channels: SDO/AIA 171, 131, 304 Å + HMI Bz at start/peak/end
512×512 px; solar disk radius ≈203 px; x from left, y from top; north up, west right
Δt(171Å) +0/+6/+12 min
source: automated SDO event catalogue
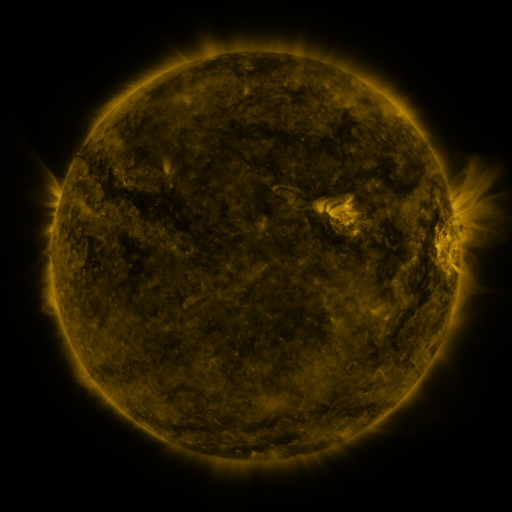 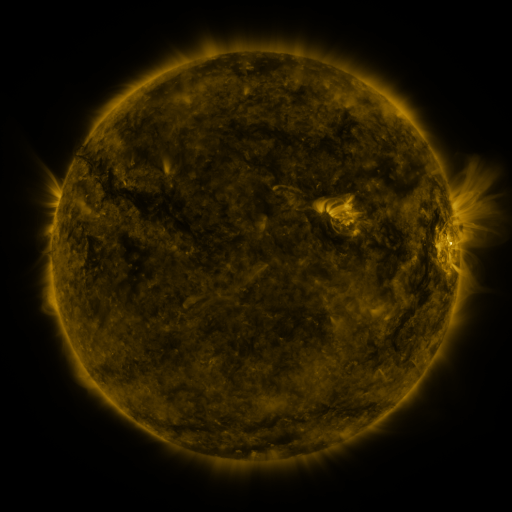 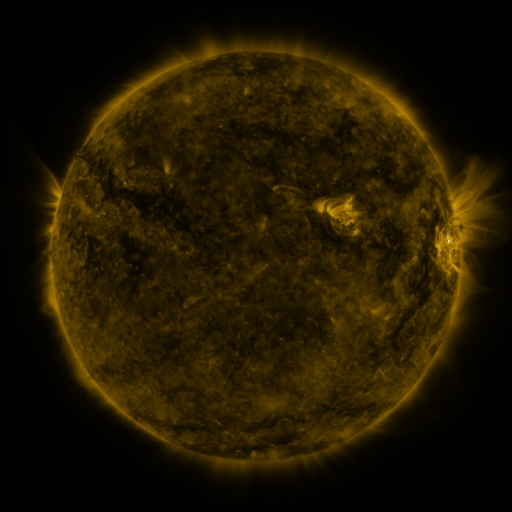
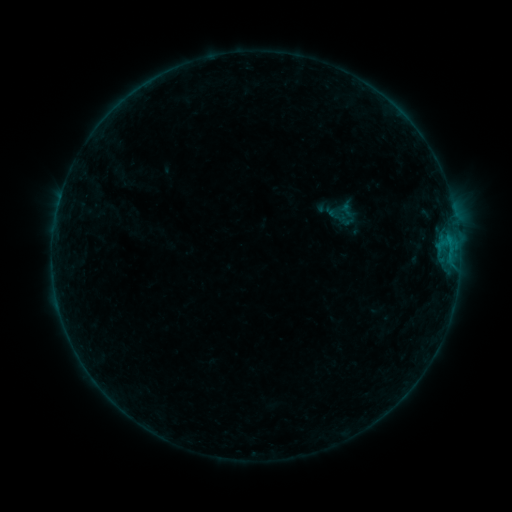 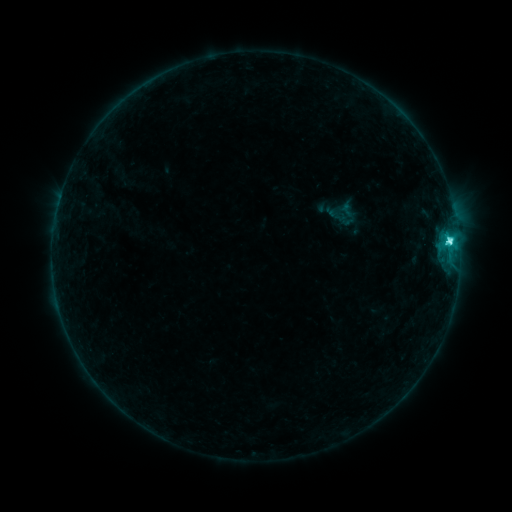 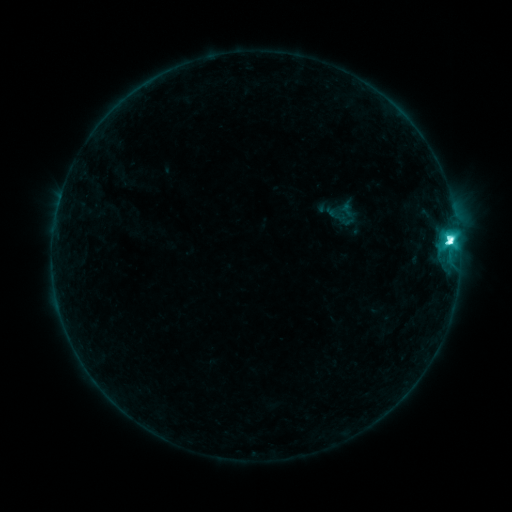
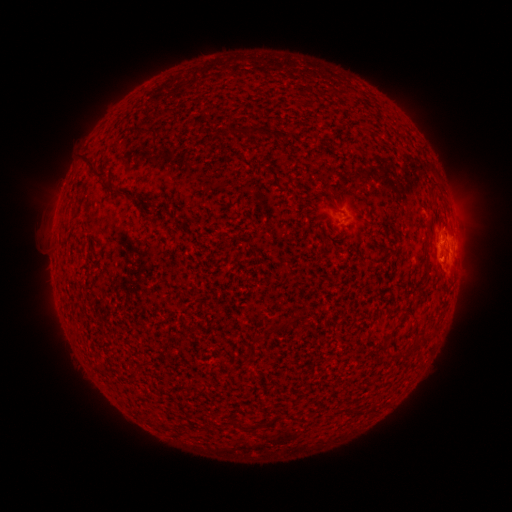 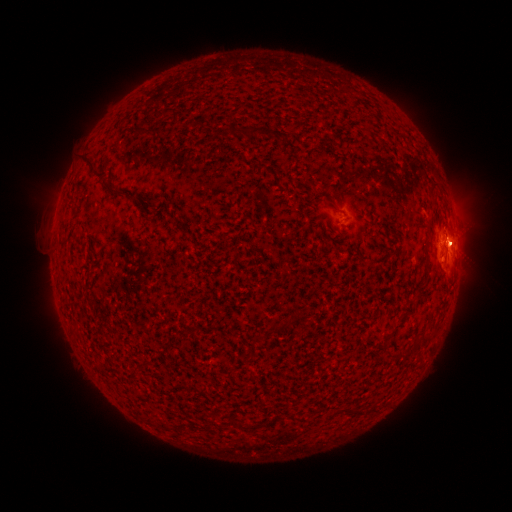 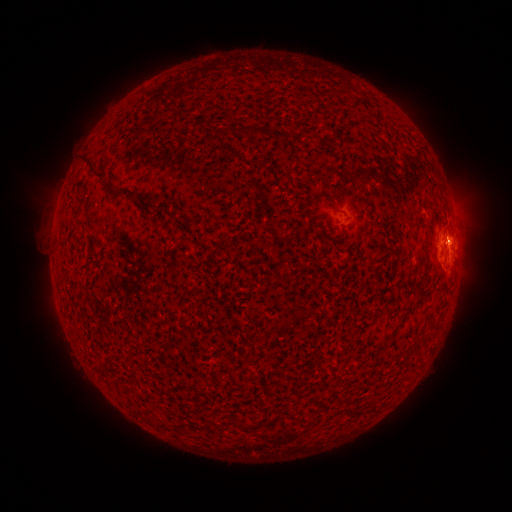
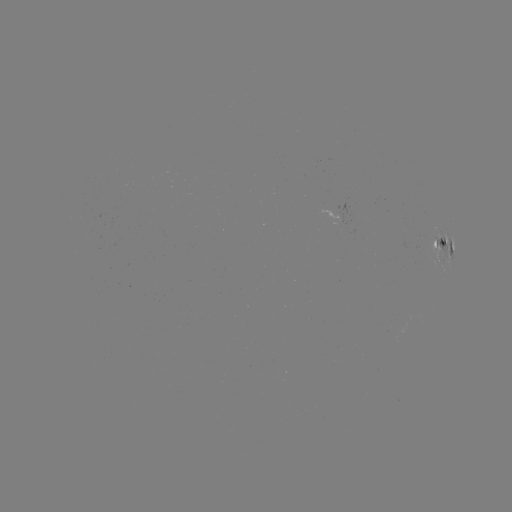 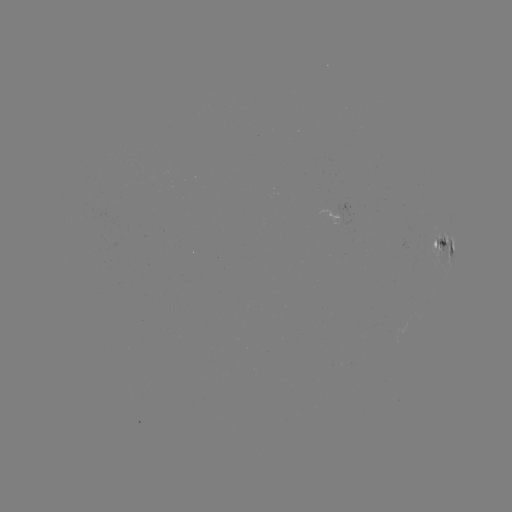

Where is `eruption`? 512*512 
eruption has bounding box [404, 209, 488, 293].